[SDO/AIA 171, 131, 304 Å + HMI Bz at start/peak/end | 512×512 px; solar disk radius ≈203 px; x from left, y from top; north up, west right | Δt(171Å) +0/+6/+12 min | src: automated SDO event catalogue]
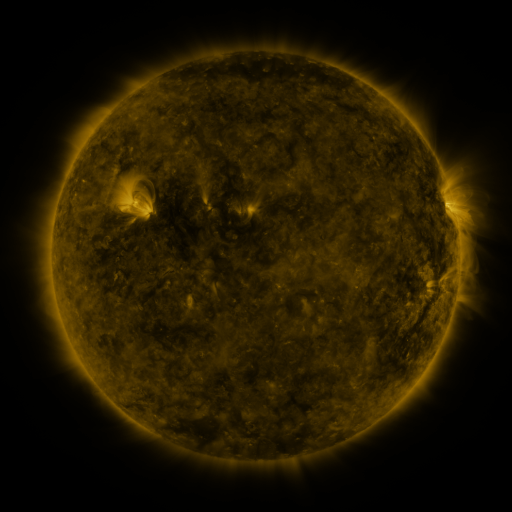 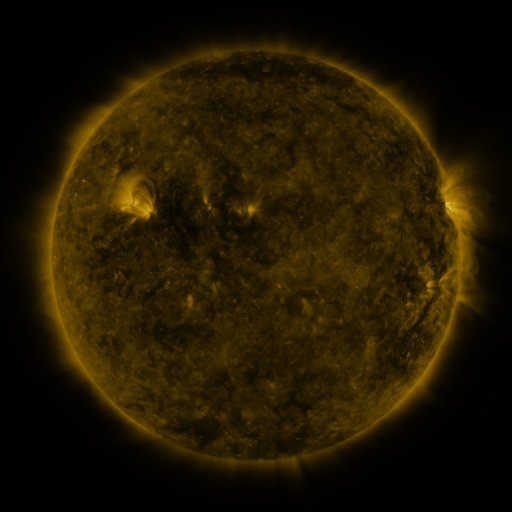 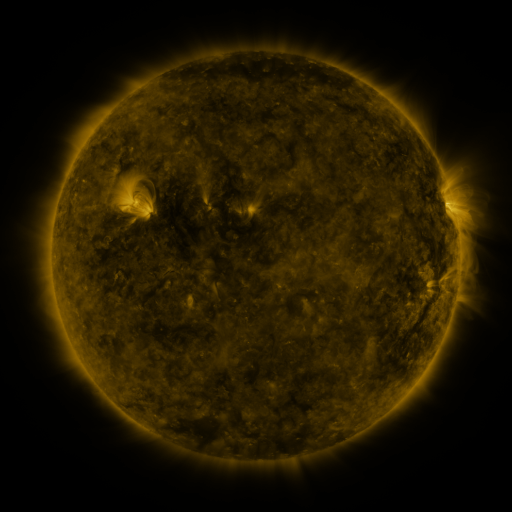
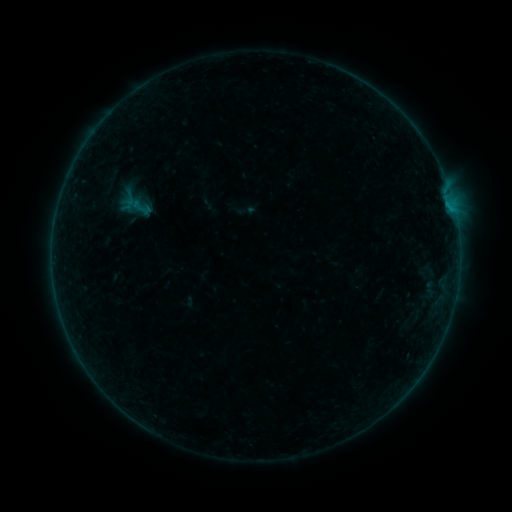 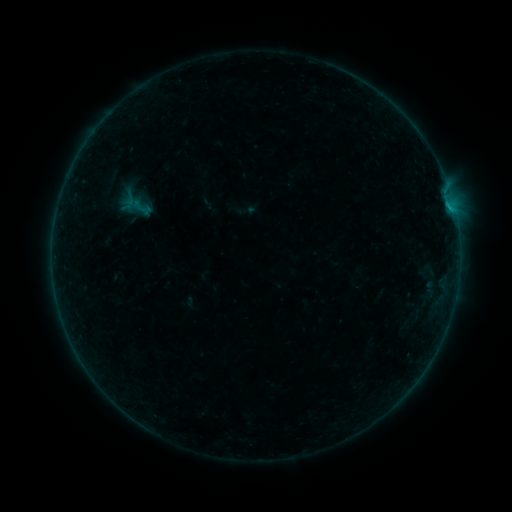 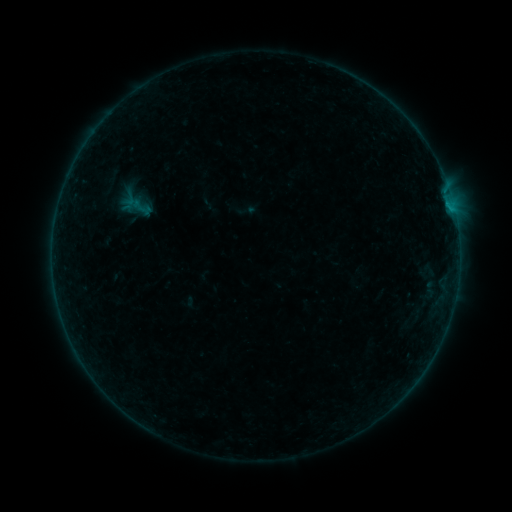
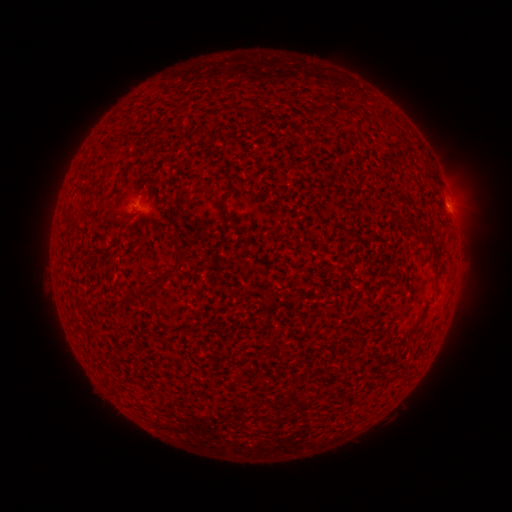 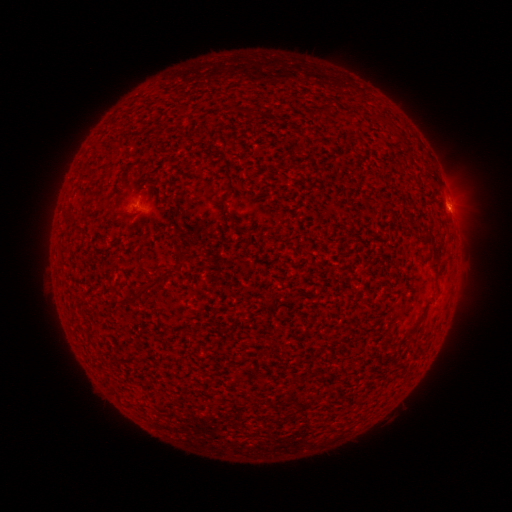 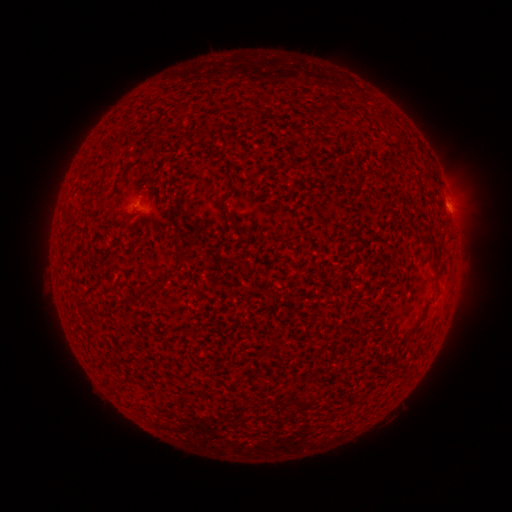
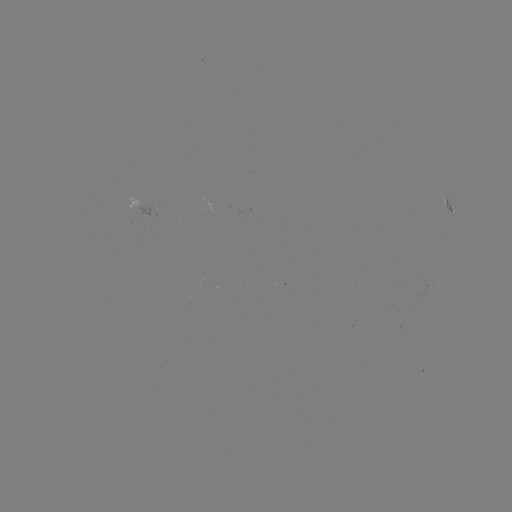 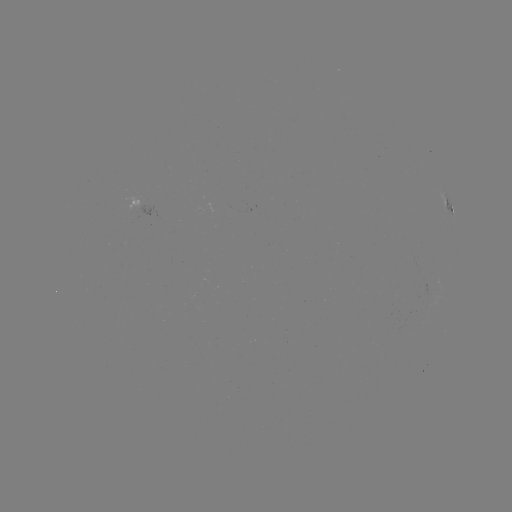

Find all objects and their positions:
B2.3 flare: (449, 209)
